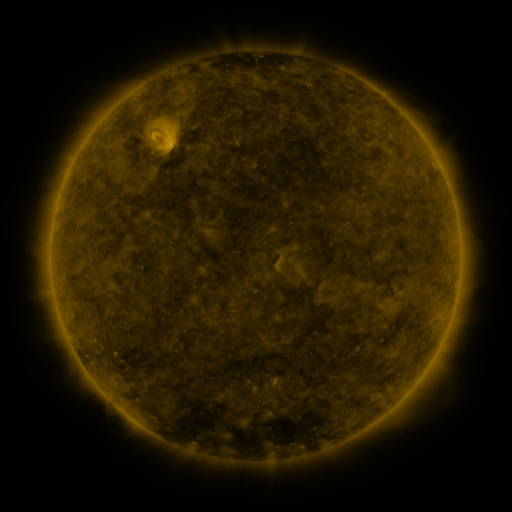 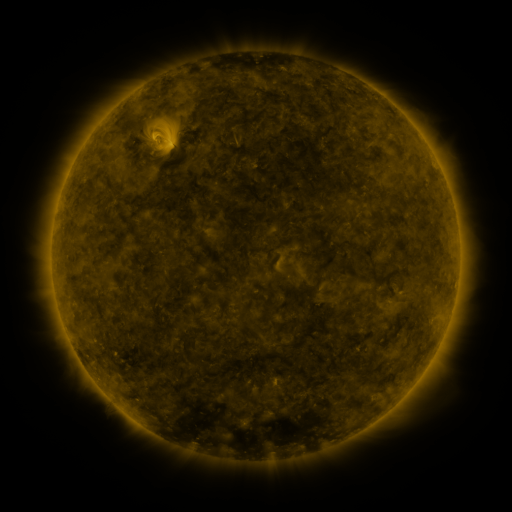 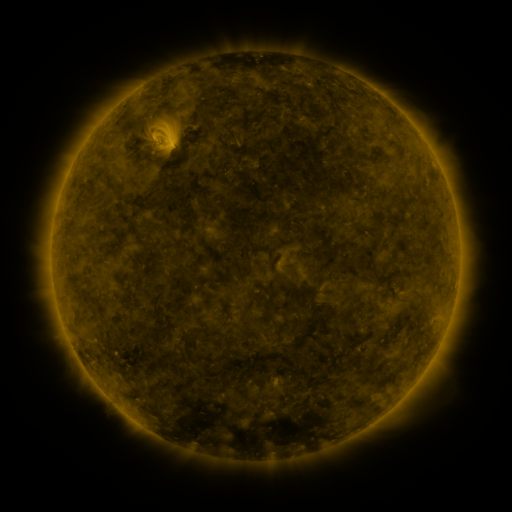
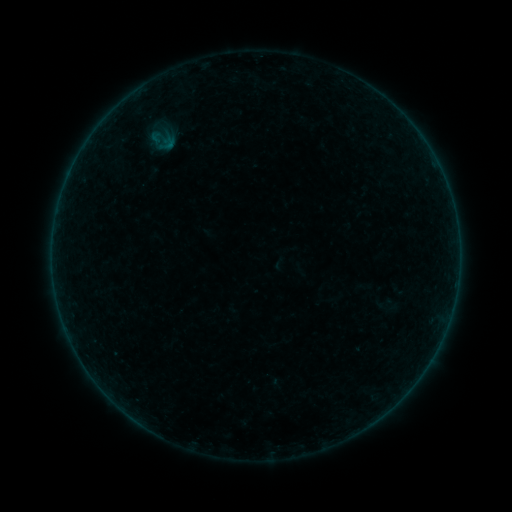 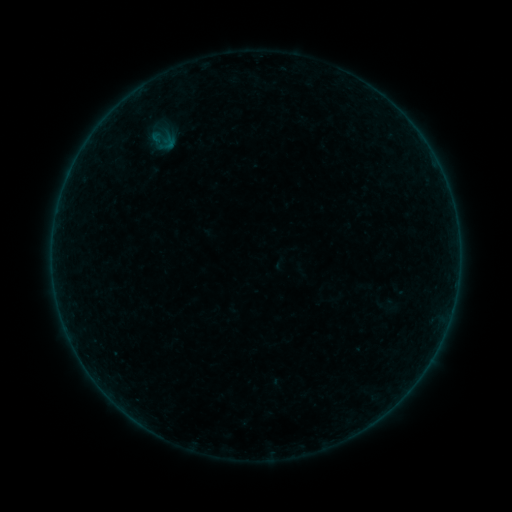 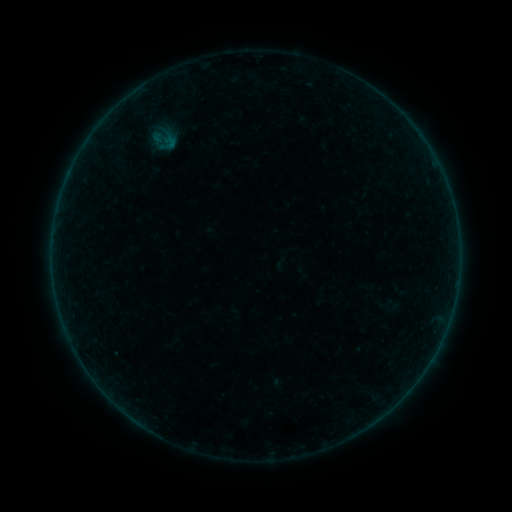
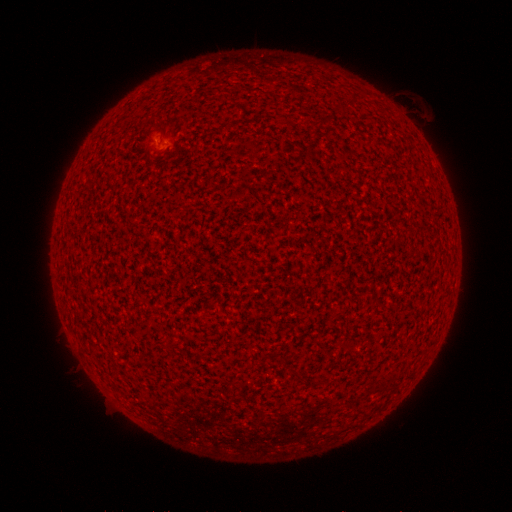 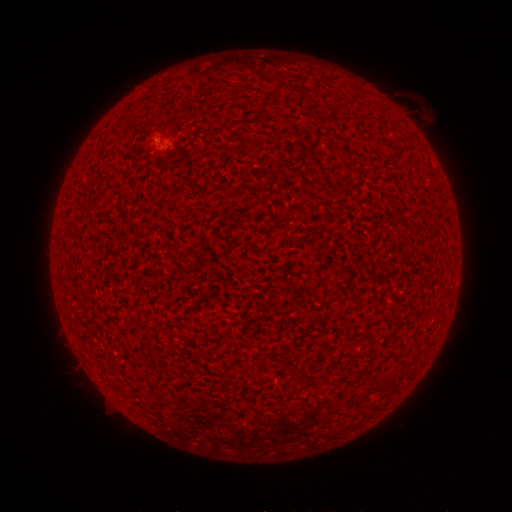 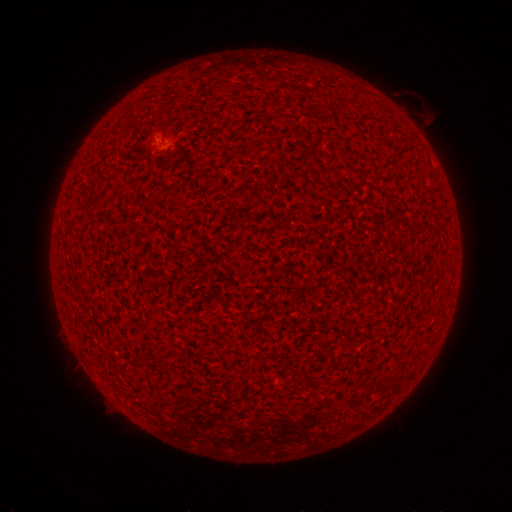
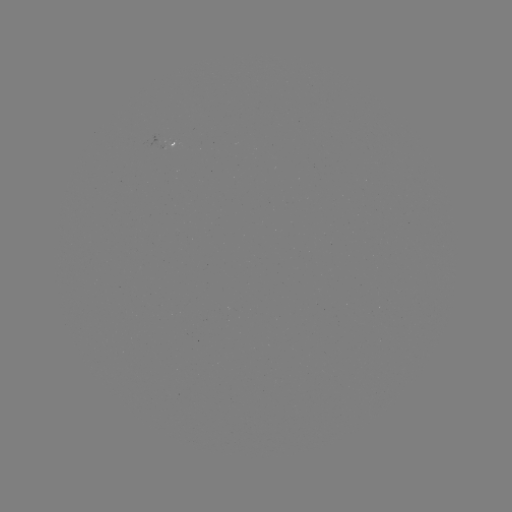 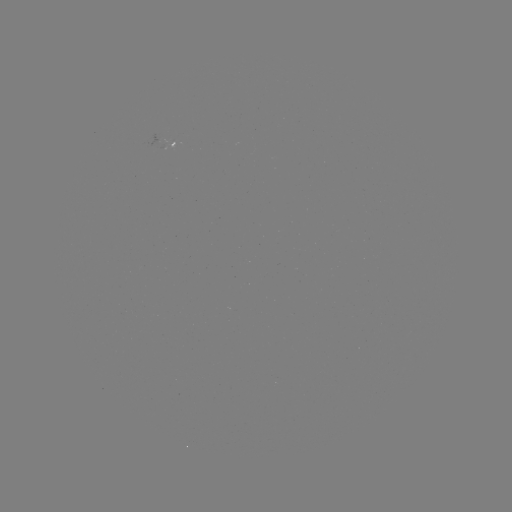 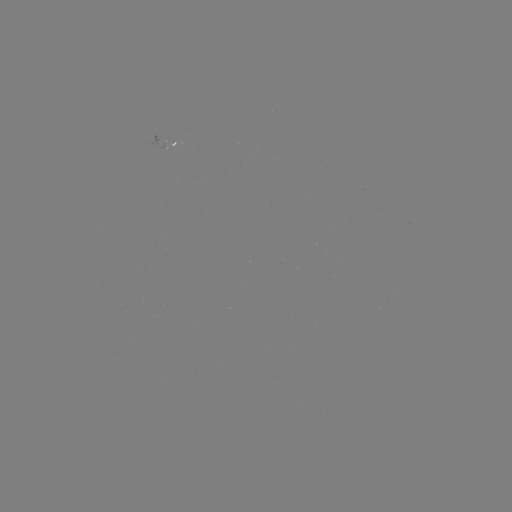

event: flare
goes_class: A3.5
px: (158, 141)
